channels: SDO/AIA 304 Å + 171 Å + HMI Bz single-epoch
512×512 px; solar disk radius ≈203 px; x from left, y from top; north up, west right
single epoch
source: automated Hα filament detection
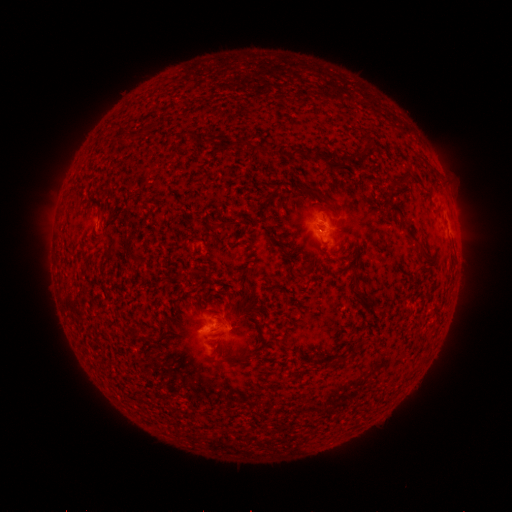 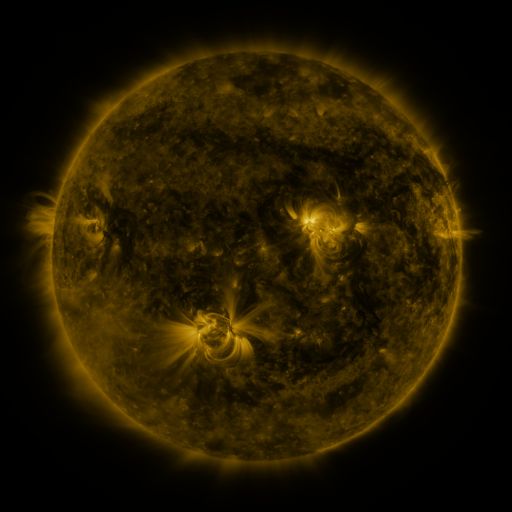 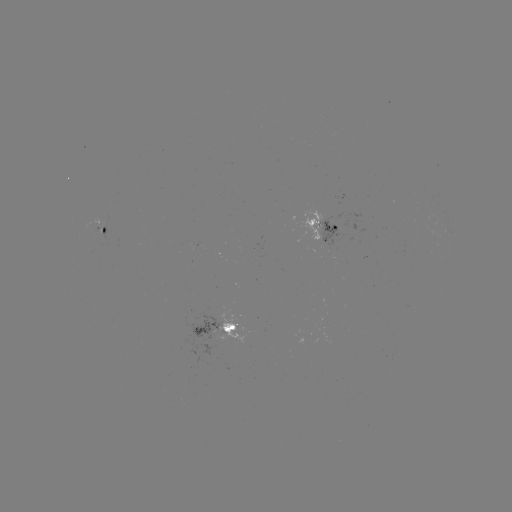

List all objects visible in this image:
filament: (319, 155)
filament: (328, 199)
filament: (397, 209)
filament: (245, 299)
